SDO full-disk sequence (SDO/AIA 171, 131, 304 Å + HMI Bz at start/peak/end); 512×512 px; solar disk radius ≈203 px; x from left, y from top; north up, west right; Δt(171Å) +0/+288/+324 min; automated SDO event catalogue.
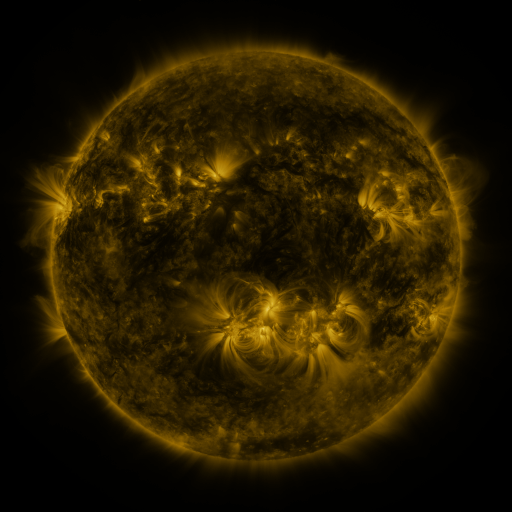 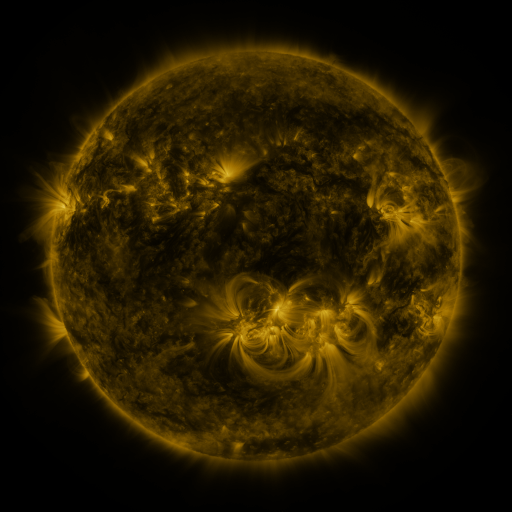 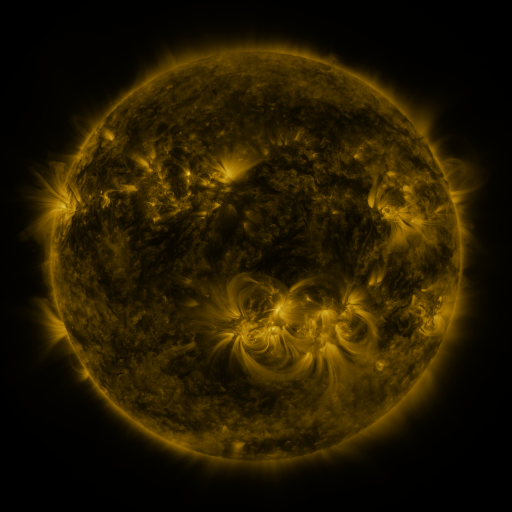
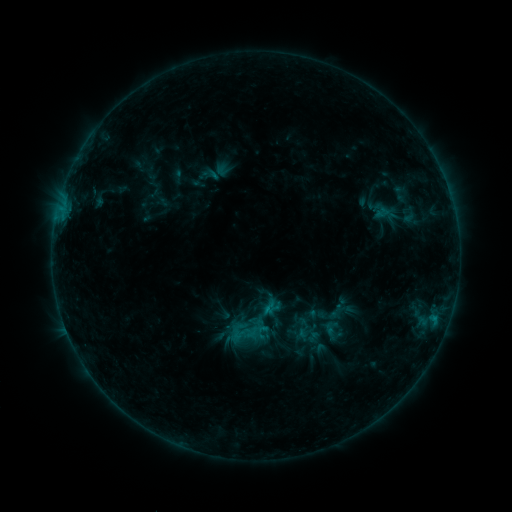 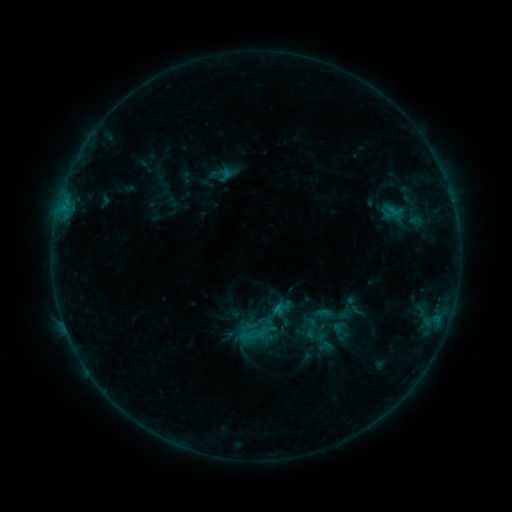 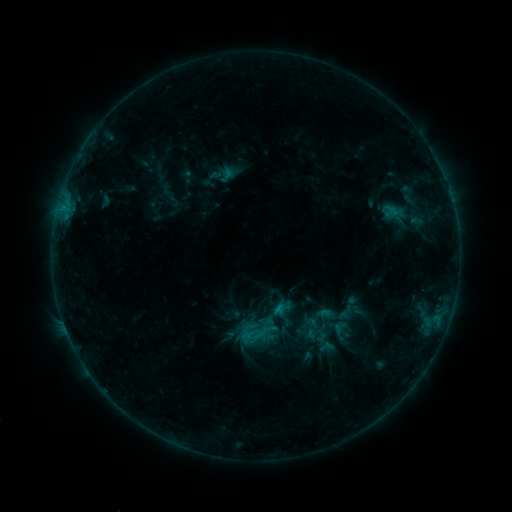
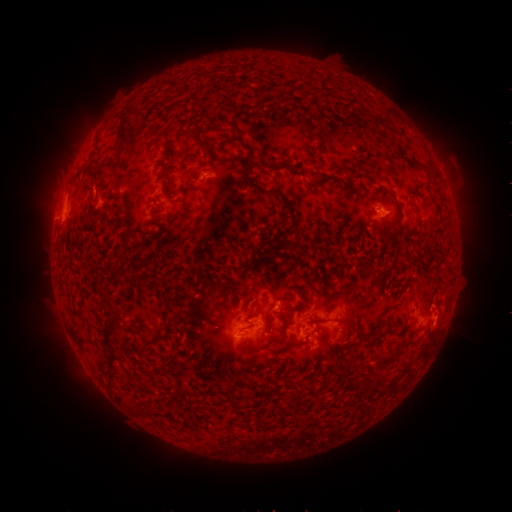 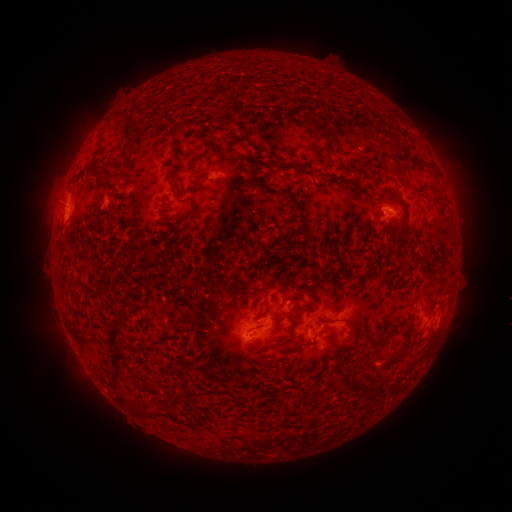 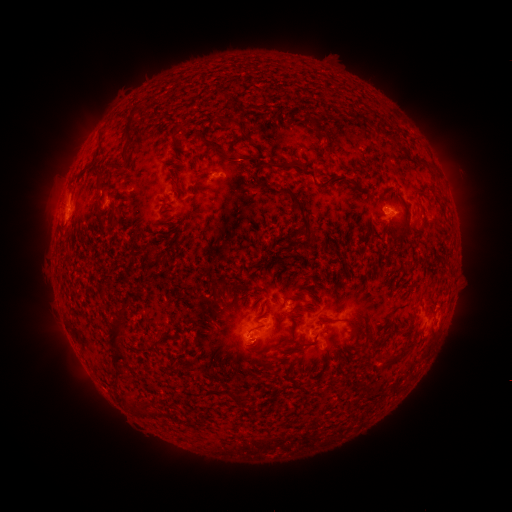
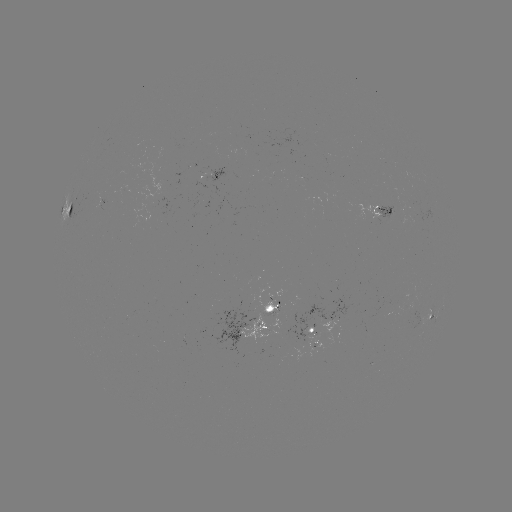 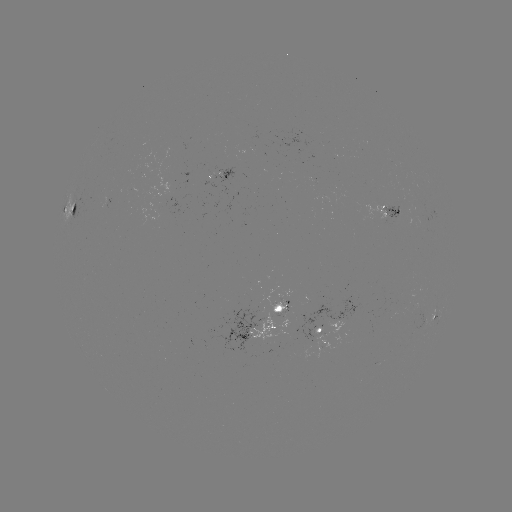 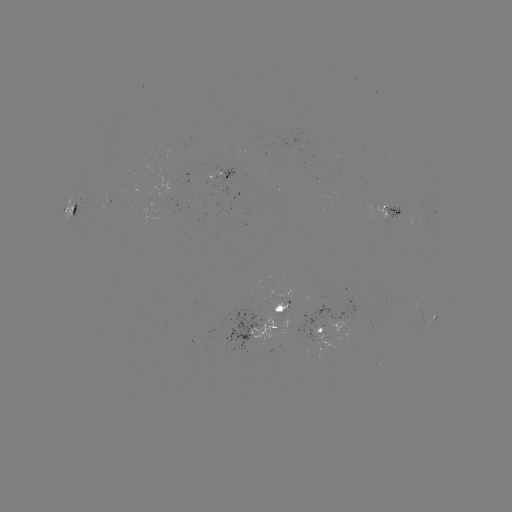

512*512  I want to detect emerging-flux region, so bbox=[360, 205, 389, 226].